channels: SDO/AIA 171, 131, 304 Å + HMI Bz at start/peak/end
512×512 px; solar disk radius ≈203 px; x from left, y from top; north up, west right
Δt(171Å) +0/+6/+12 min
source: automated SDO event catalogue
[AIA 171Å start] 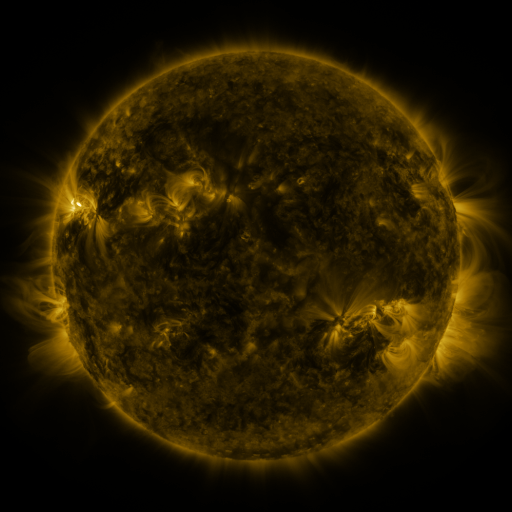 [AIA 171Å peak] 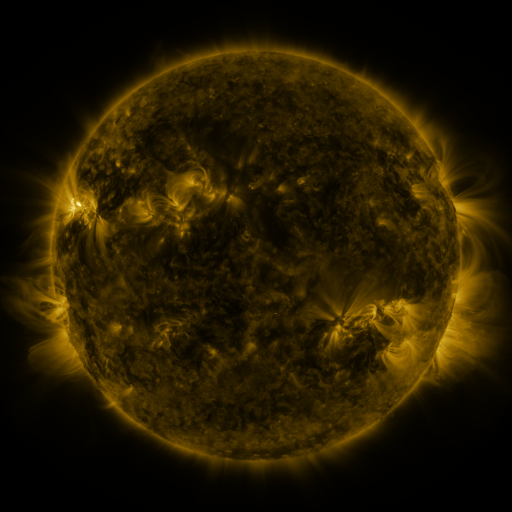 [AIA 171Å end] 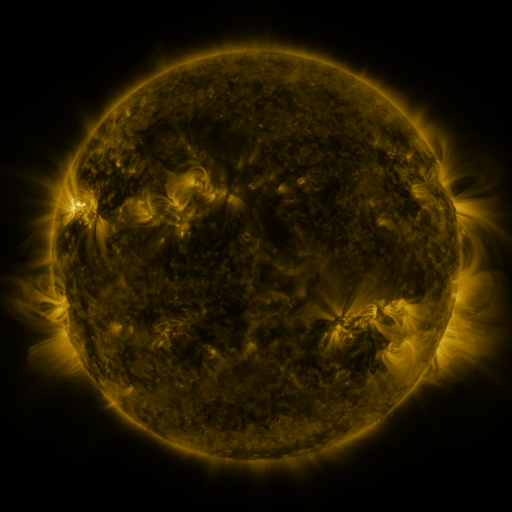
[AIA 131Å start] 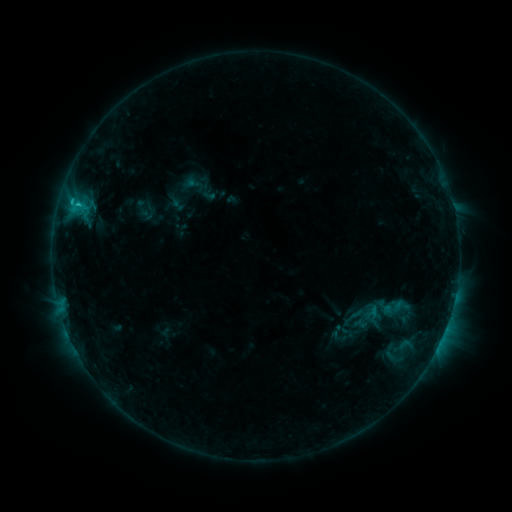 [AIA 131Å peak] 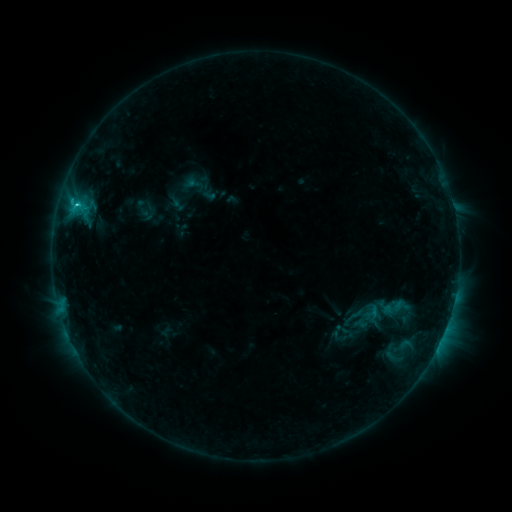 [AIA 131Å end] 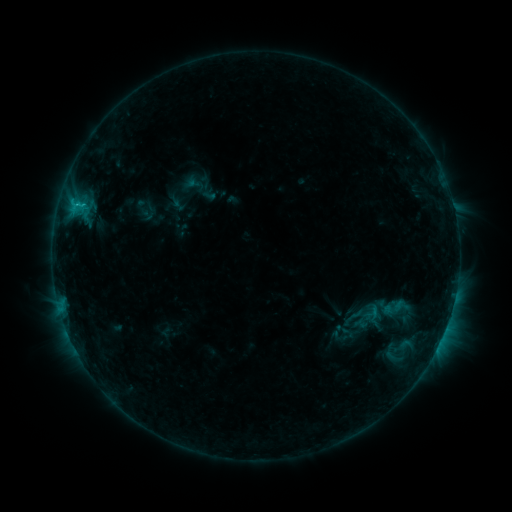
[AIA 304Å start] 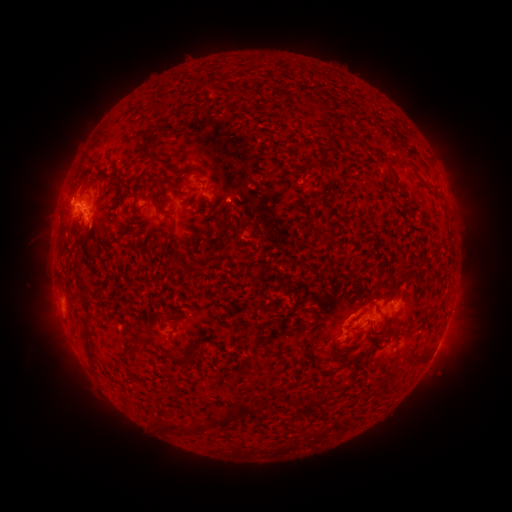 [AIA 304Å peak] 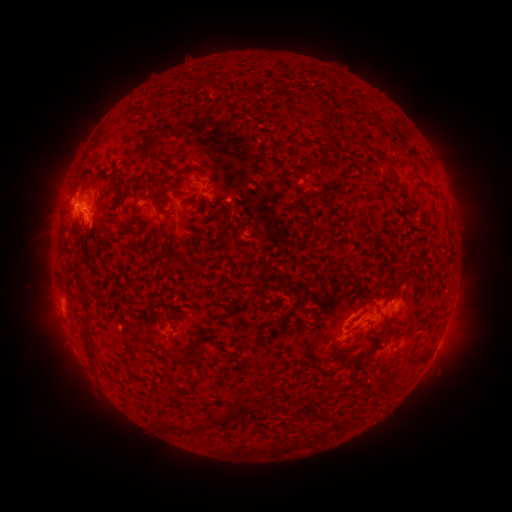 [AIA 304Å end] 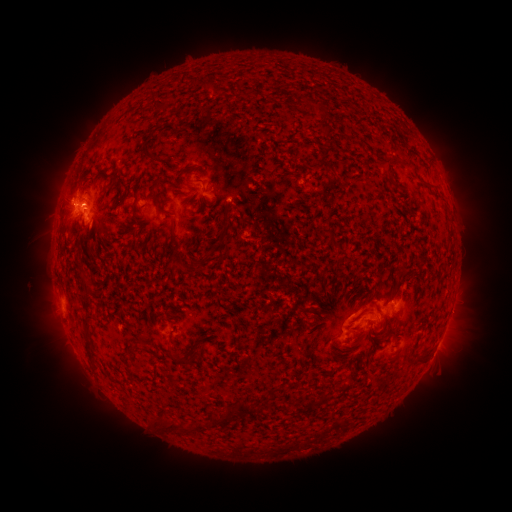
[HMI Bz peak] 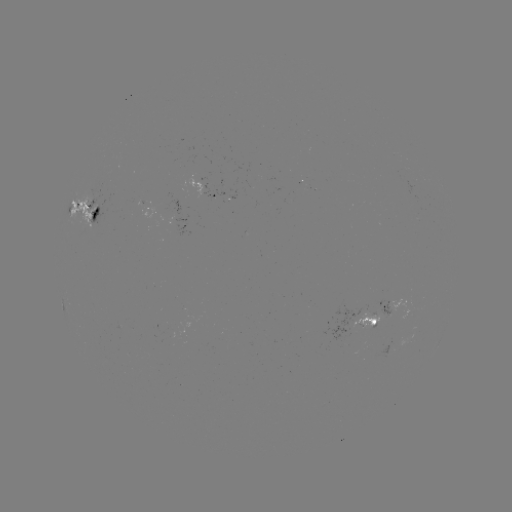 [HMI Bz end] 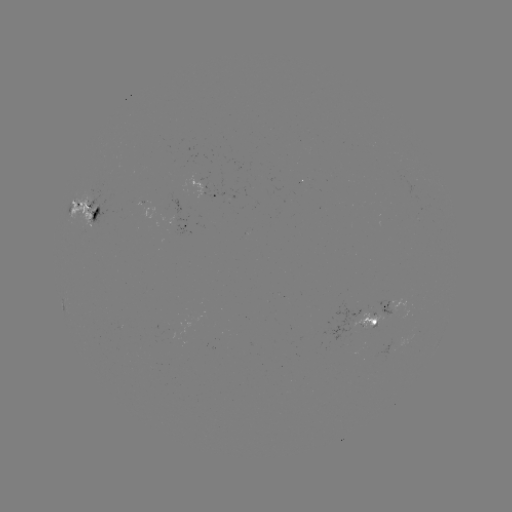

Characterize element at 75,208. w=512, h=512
C1.2 flare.